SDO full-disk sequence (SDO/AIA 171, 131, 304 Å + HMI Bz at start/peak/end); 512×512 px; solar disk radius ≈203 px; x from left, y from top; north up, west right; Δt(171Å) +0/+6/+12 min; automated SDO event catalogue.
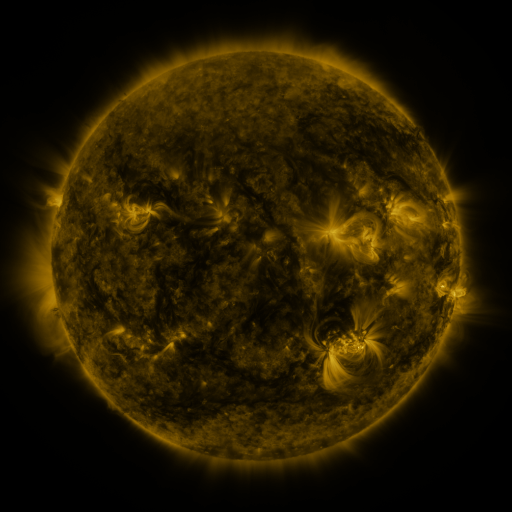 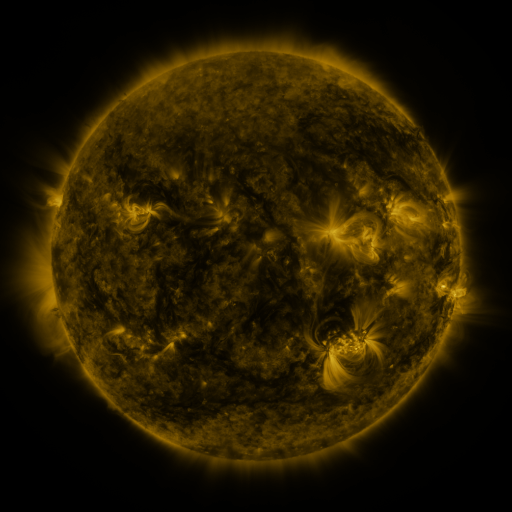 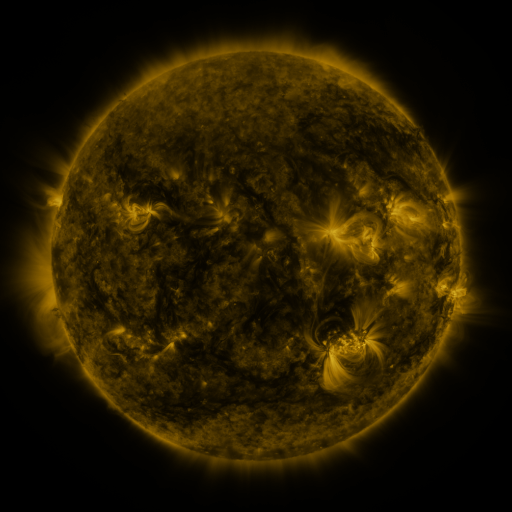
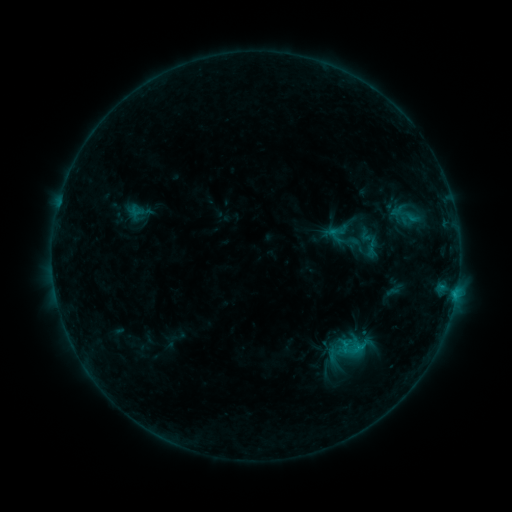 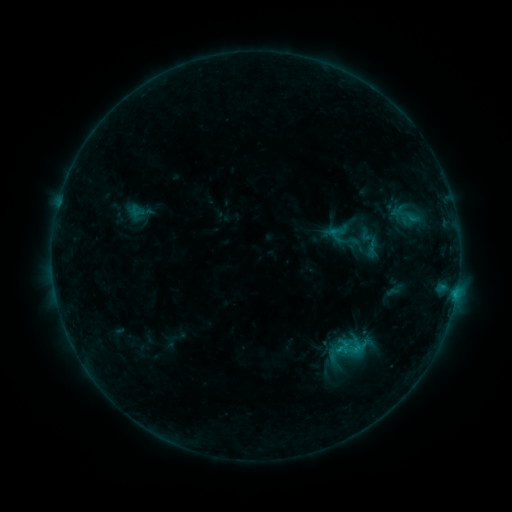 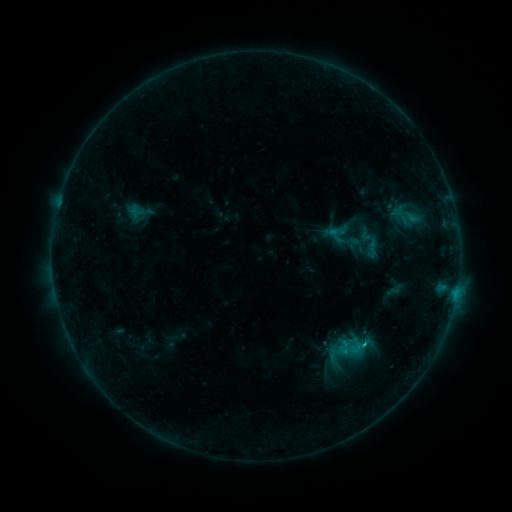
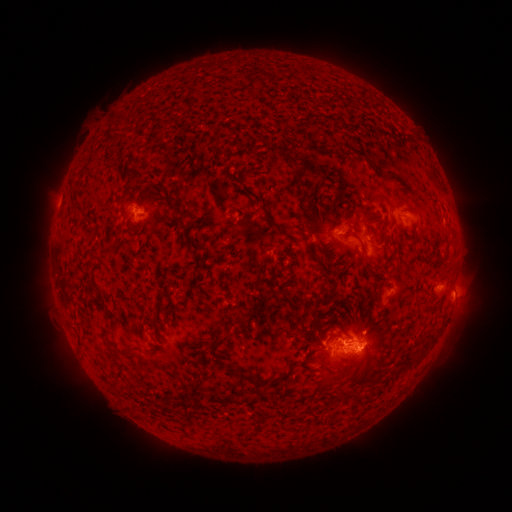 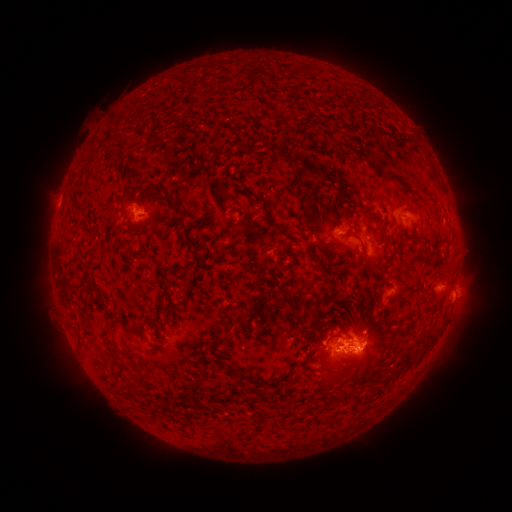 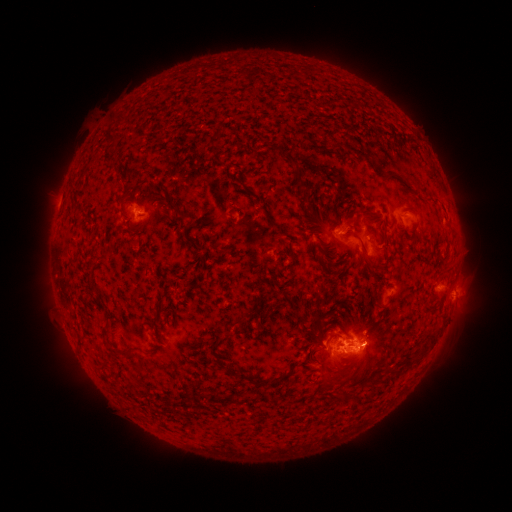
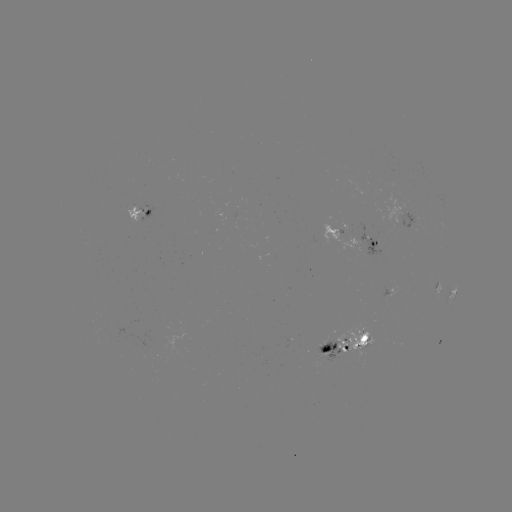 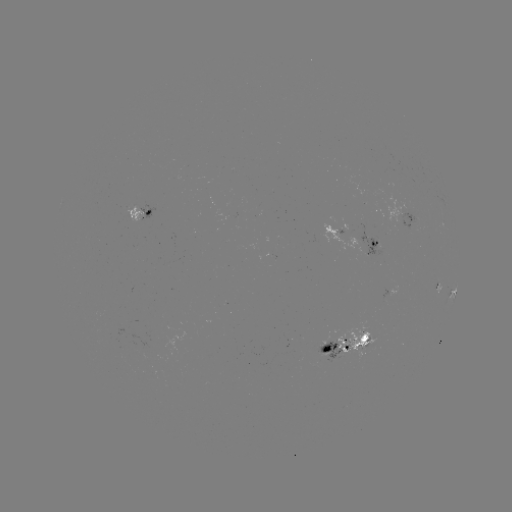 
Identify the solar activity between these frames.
C2.0 flare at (339, 348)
